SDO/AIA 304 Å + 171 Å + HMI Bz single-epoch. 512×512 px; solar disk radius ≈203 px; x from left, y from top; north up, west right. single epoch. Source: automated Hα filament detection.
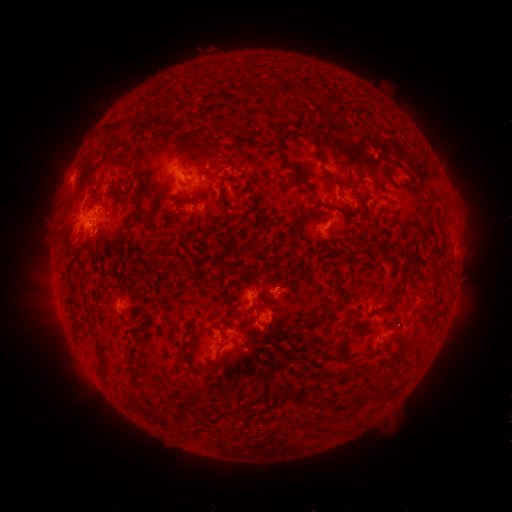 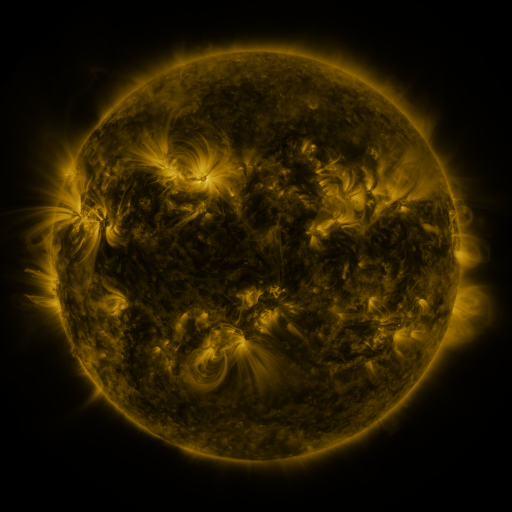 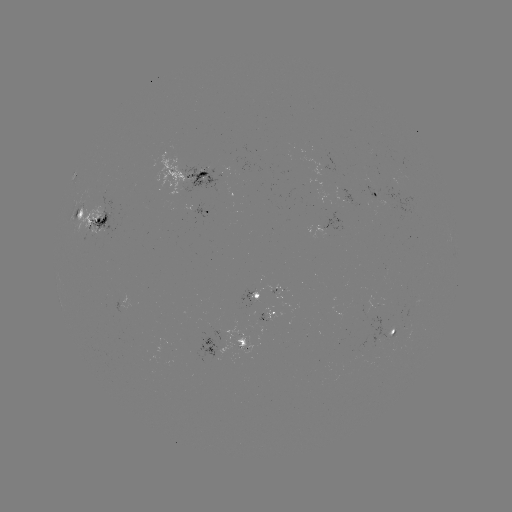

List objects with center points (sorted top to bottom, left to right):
filament: (278, 136, 297, 171)
filament: (198, 170, 208, 177)
filament: (329, 176, 345, 199)
filament: (136, 197, 159, 233)
filament: (75, 208, 84, 217)
filament: (163, 219, 173, 228)
filament: (213, 241, 233, 260)
filament: (329, 344, 342, 359)
filament: (383, 383, 394, 394)
filament: (280, 387, 289, 400)
filament: (307, 395, 315, 407)
filament: (246, 396, 261, 405)
filament: (155, 409, 172, 427)
